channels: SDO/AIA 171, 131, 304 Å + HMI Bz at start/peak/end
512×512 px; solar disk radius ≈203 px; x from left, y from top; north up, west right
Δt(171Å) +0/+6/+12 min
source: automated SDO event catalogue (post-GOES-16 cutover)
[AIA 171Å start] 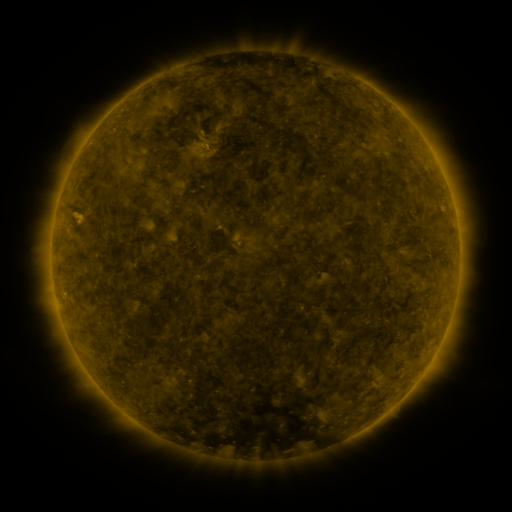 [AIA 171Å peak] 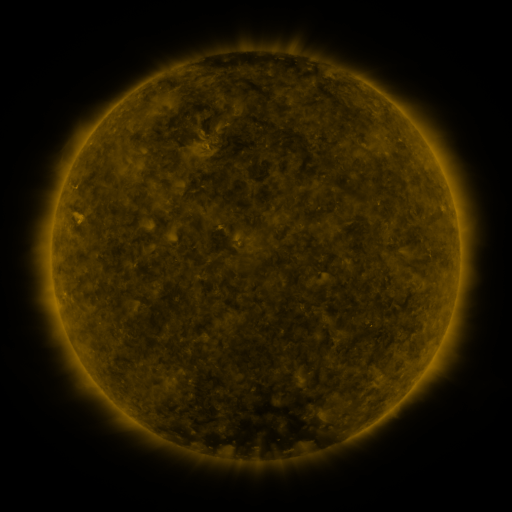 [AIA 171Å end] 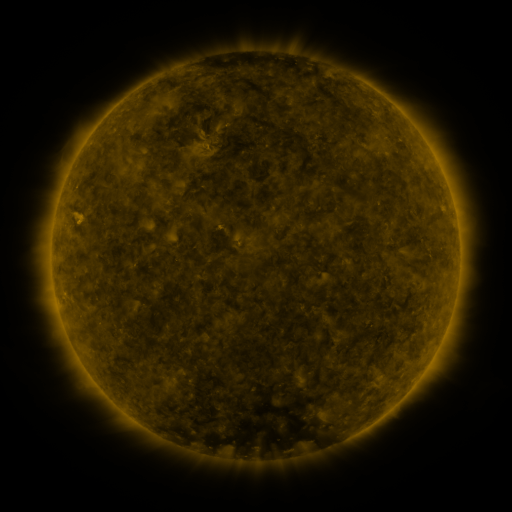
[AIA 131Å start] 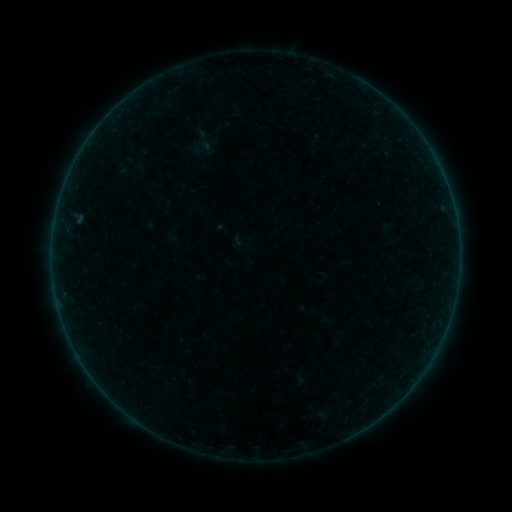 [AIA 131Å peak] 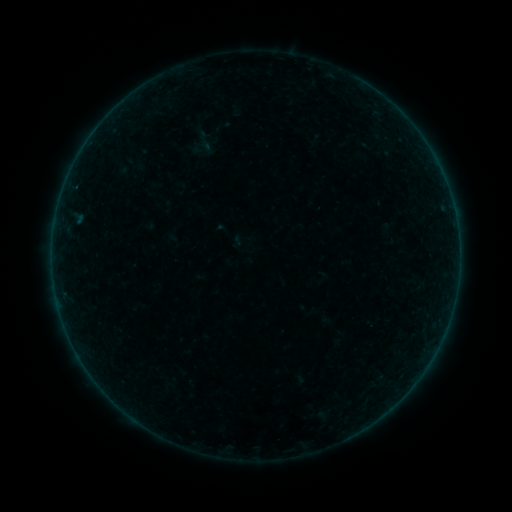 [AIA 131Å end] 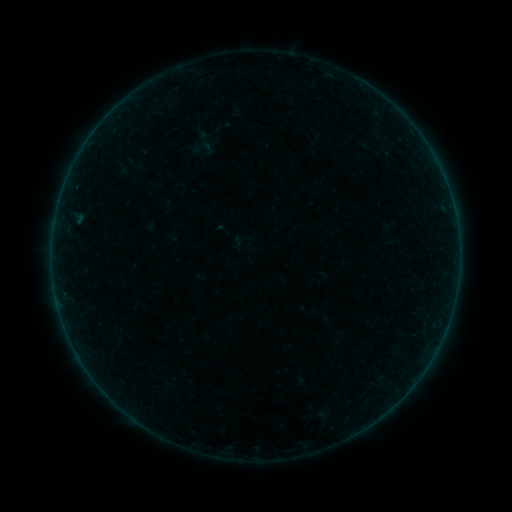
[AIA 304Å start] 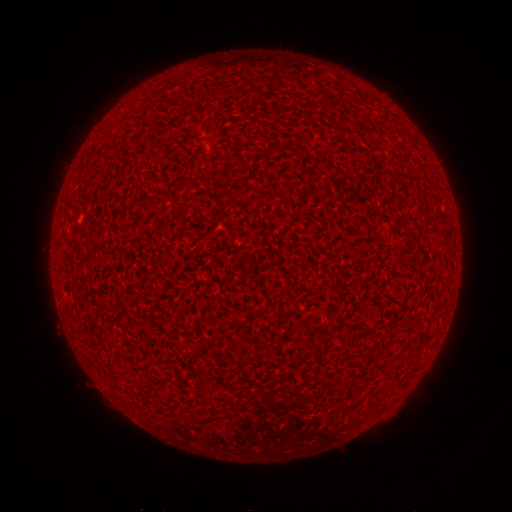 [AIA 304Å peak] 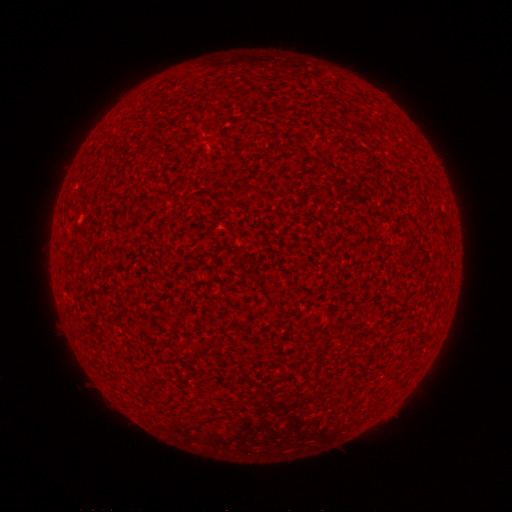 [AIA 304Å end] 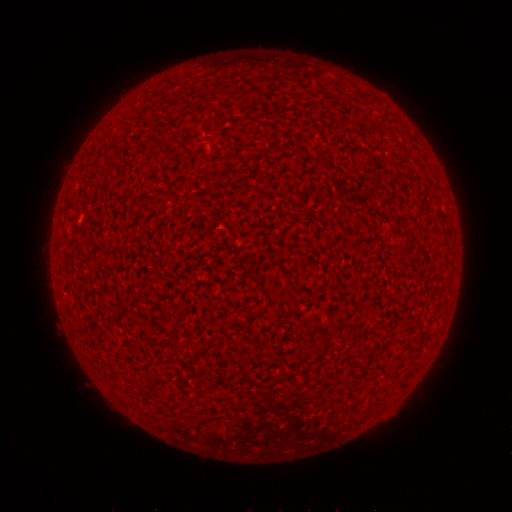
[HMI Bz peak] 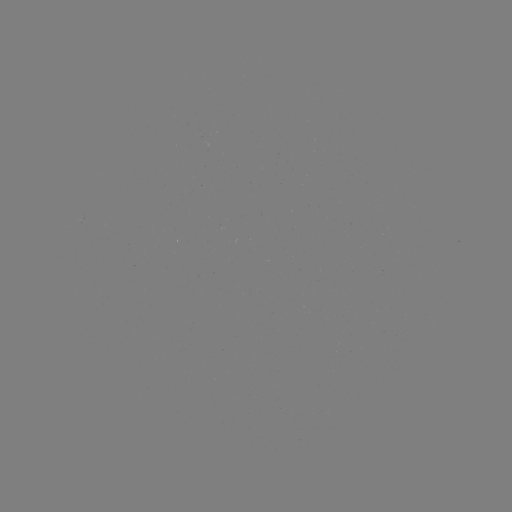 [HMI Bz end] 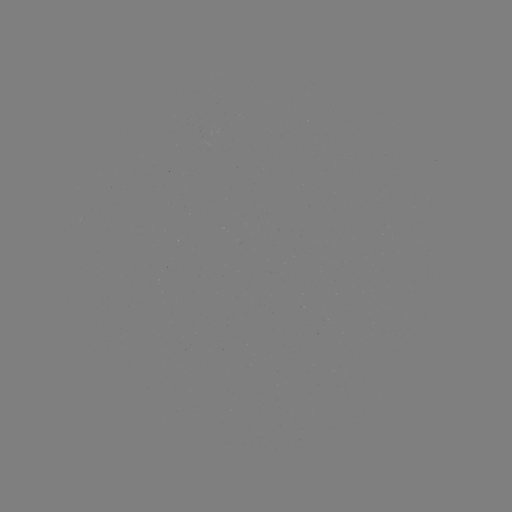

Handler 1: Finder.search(A1.2 flare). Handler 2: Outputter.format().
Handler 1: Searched A1.2 flare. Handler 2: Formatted [77, 190].